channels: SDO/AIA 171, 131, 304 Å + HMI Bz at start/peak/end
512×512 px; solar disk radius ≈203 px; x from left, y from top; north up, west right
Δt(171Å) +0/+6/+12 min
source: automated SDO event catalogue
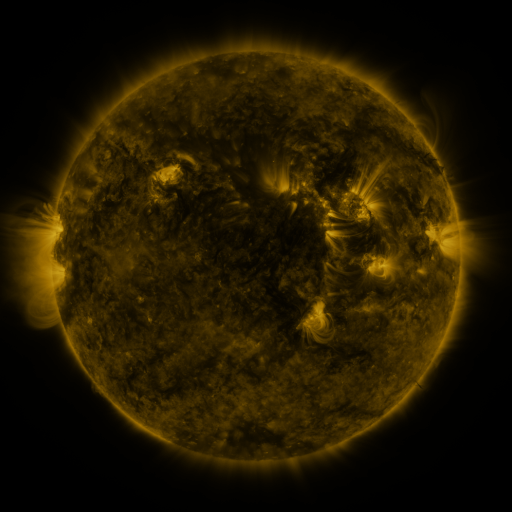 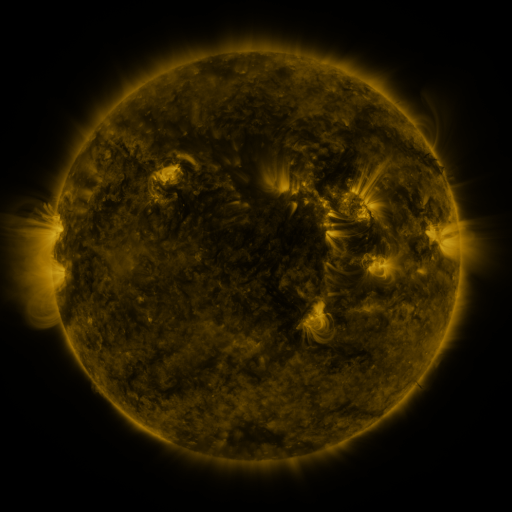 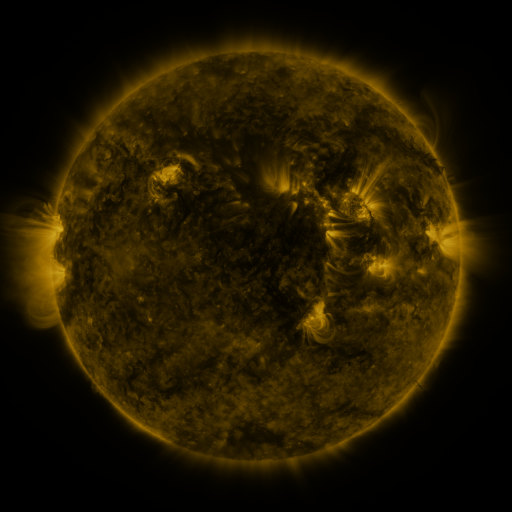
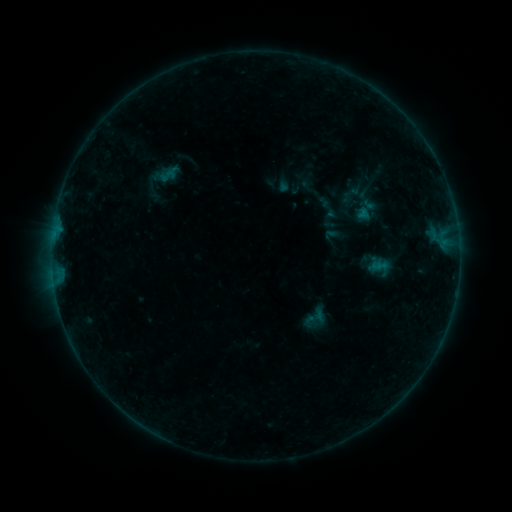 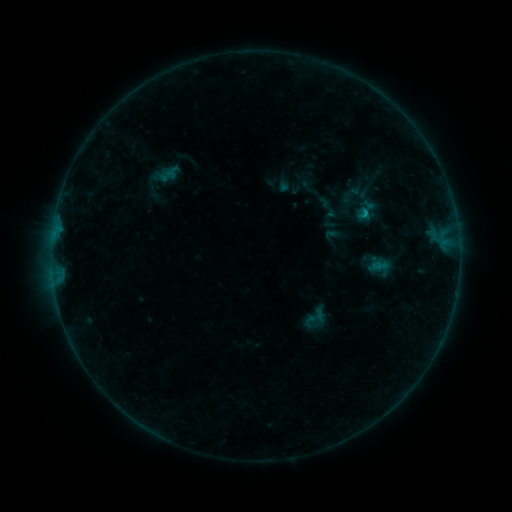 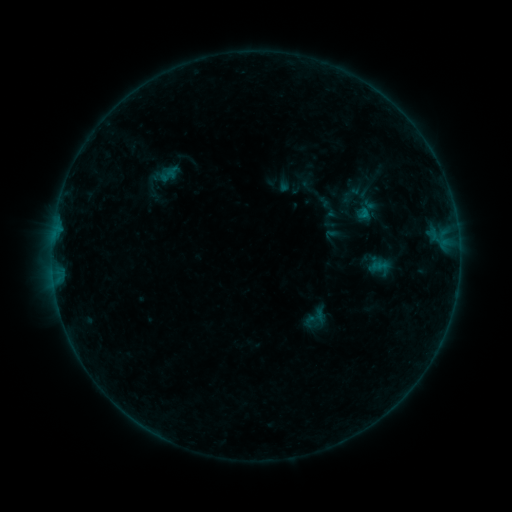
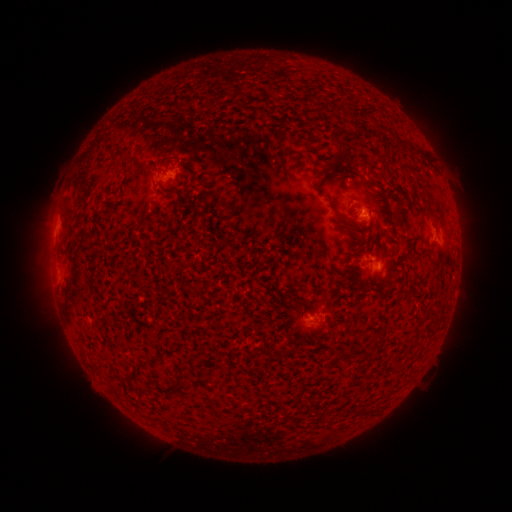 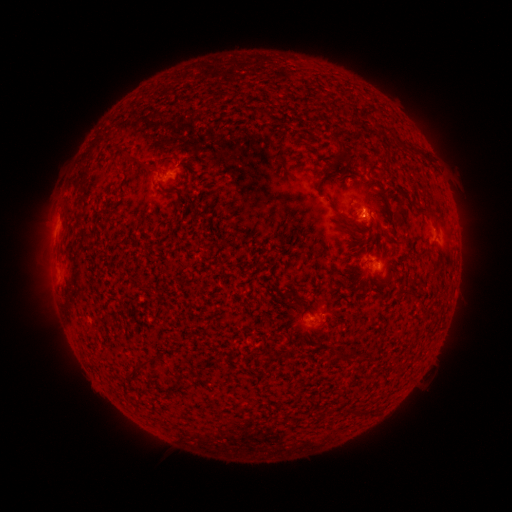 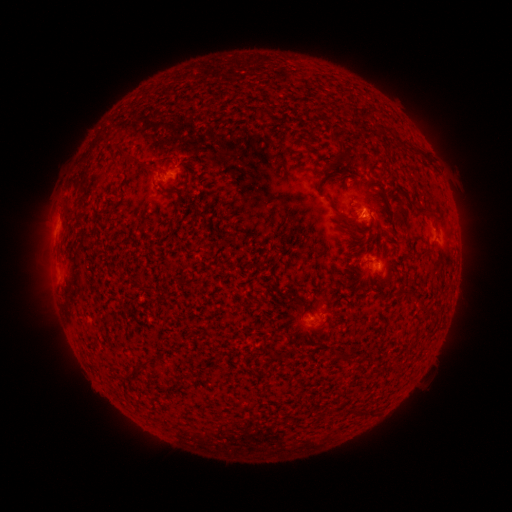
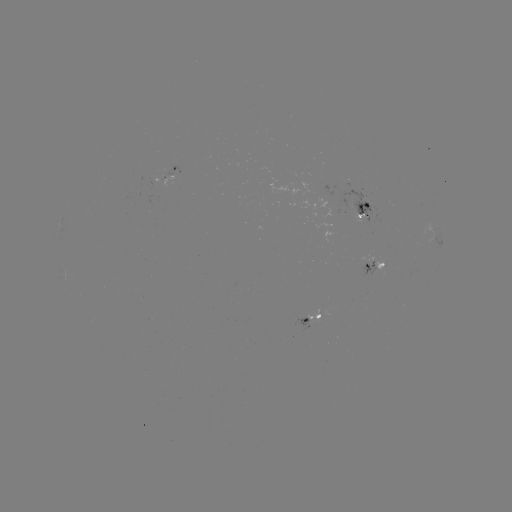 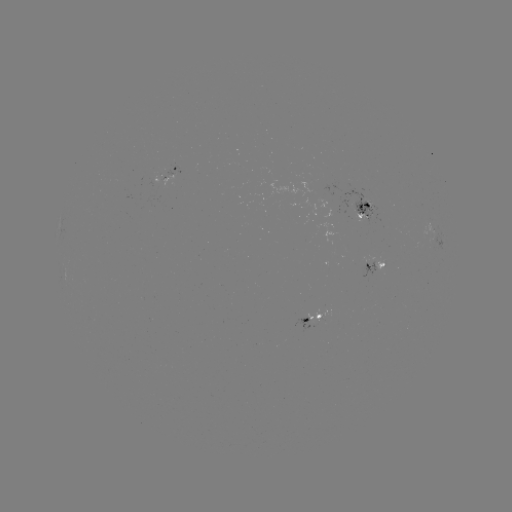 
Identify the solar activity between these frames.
B4.7 flare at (362, 215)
